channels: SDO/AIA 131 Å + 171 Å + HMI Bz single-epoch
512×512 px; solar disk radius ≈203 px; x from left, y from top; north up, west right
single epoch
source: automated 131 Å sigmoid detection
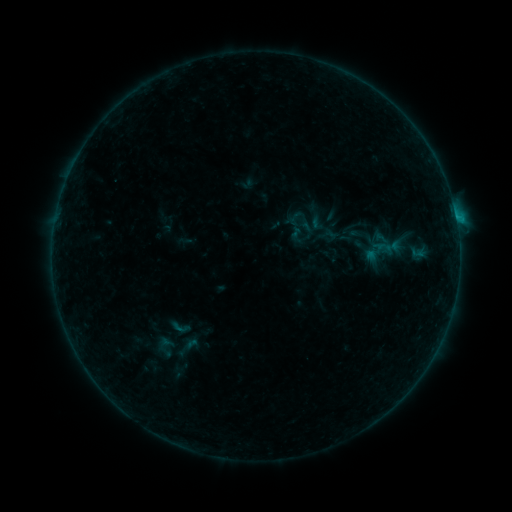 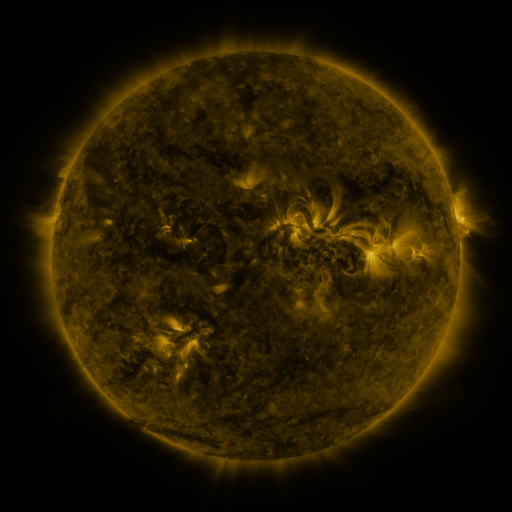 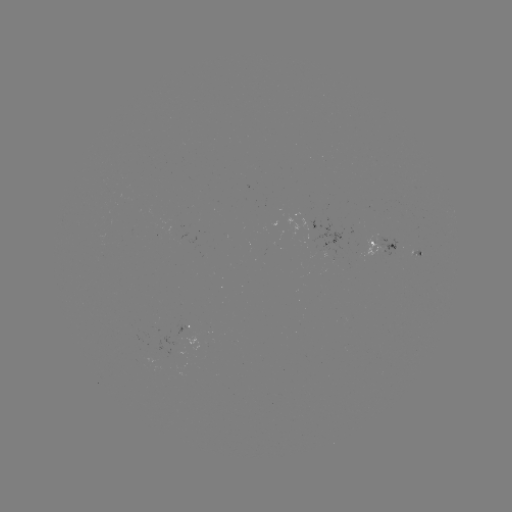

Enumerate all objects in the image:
sigmoid: (295, 218)
sigmoid: (180, 327)
